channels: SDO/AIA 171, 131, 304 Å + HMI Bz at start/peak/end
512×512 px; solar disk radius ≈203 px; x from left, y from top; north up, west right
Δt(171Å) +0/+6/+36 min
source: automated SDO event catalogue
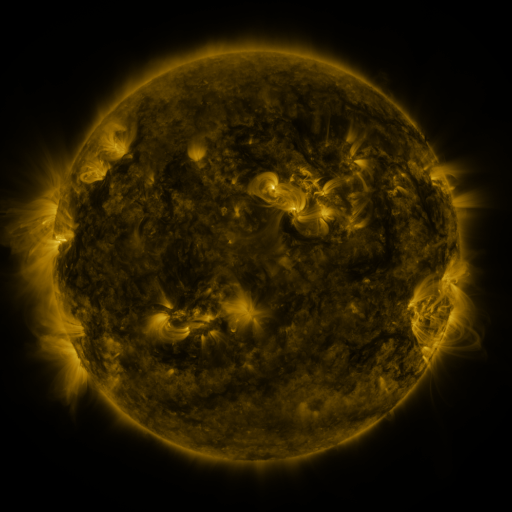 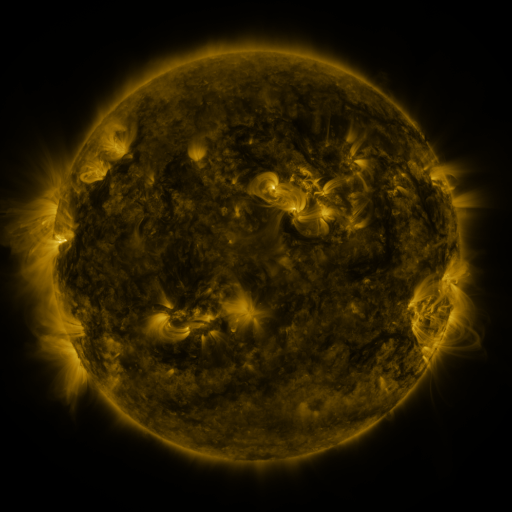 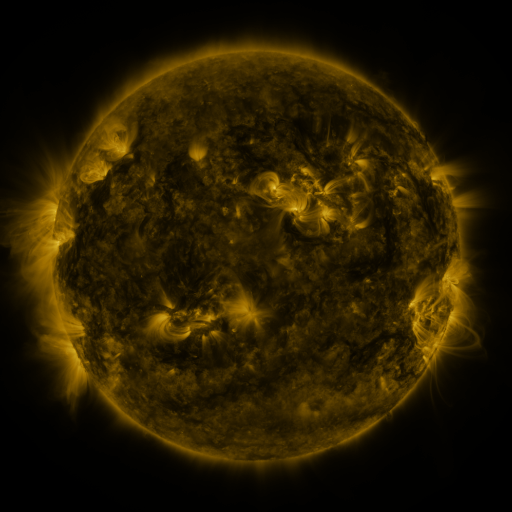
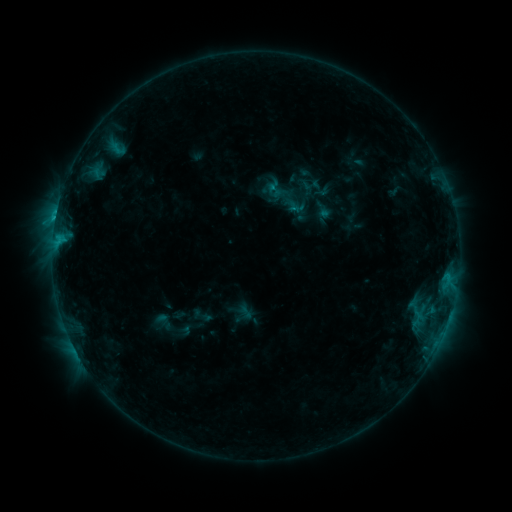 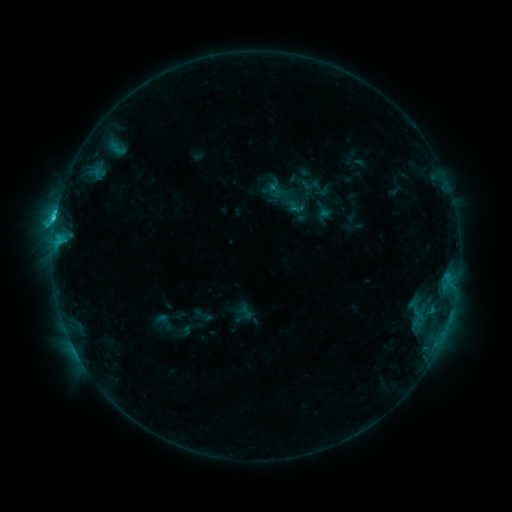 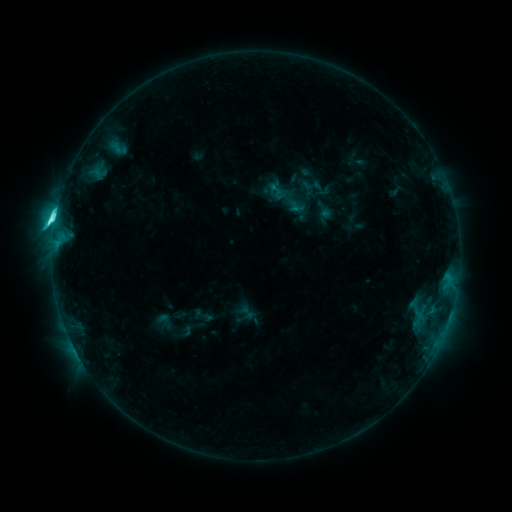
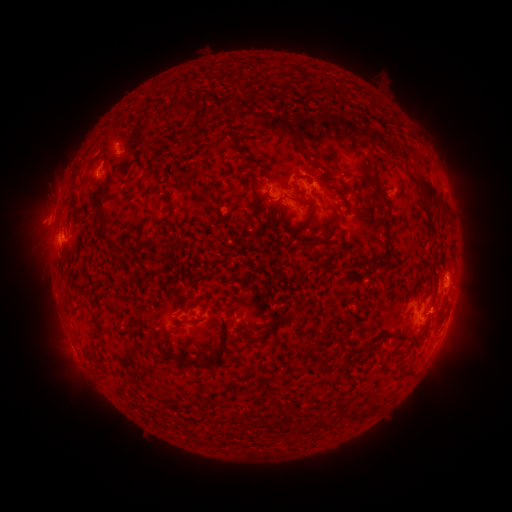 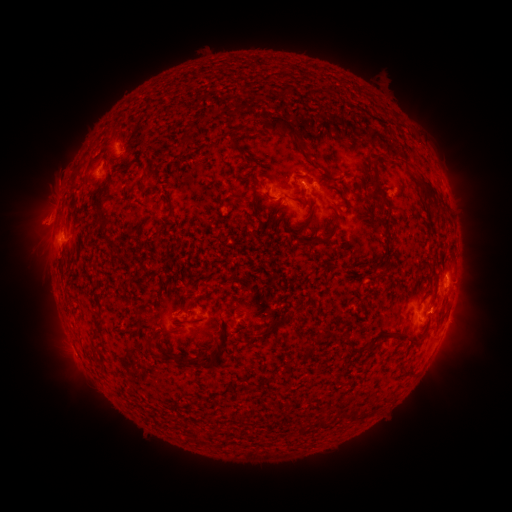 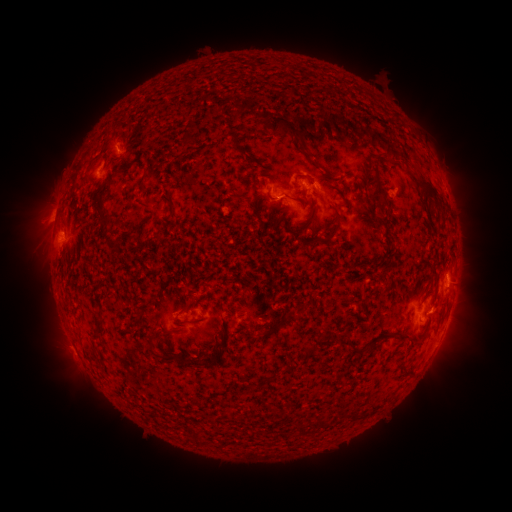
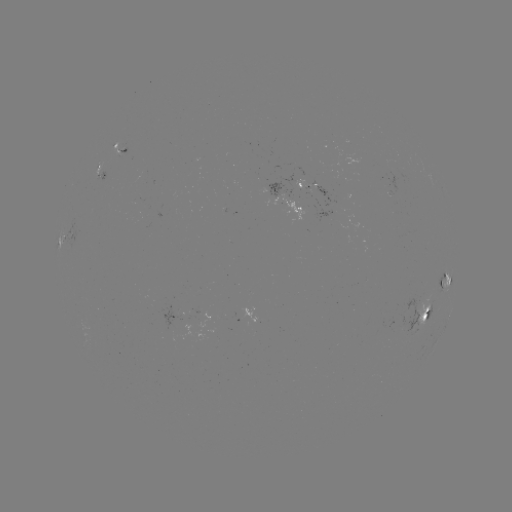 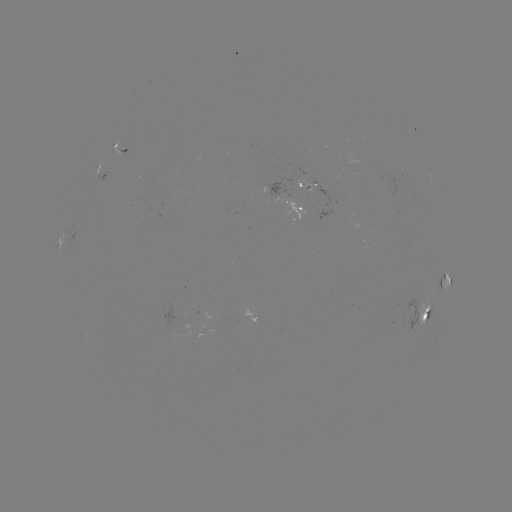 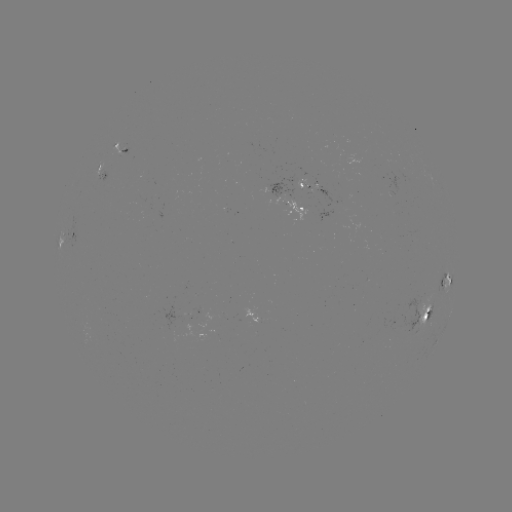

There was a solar flare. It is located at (55, 220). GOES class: C9.0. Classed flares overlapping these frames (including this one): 1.